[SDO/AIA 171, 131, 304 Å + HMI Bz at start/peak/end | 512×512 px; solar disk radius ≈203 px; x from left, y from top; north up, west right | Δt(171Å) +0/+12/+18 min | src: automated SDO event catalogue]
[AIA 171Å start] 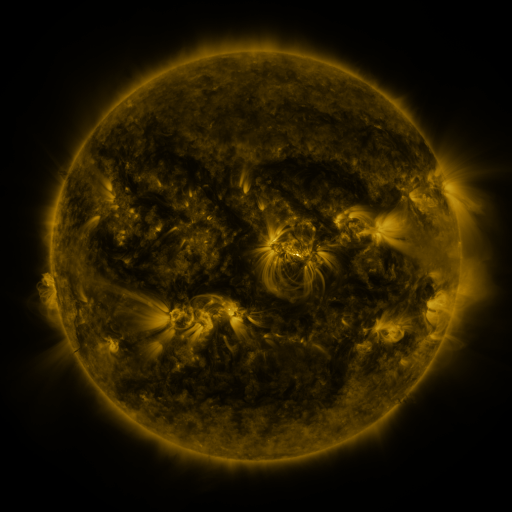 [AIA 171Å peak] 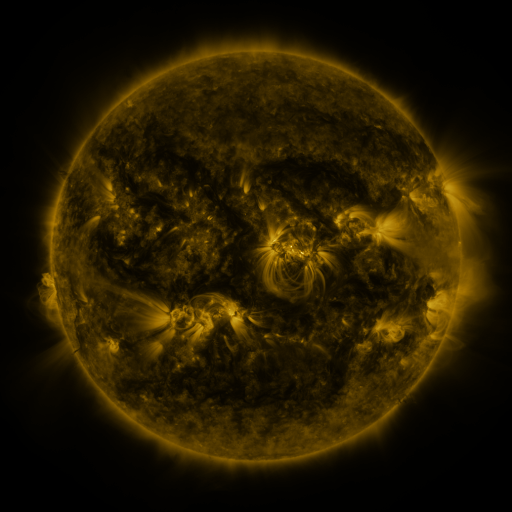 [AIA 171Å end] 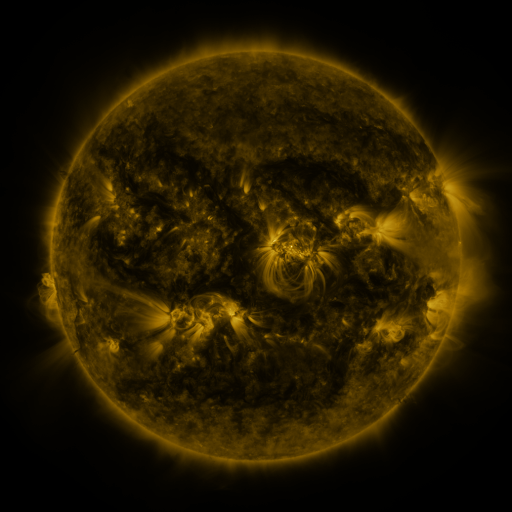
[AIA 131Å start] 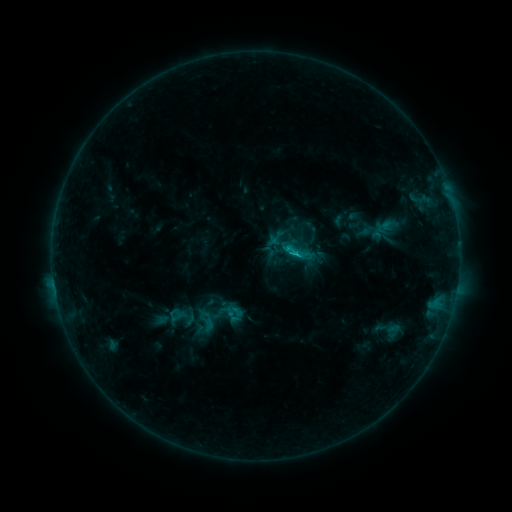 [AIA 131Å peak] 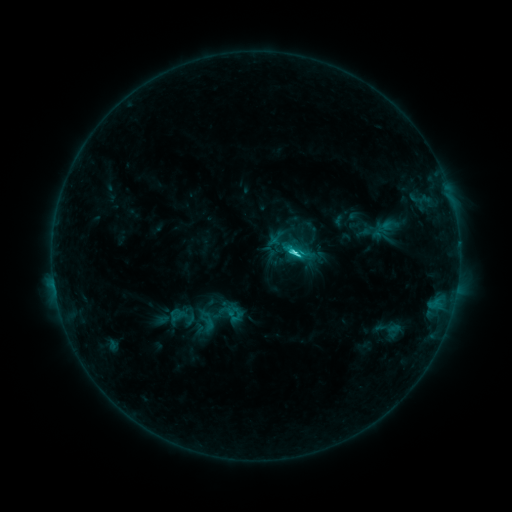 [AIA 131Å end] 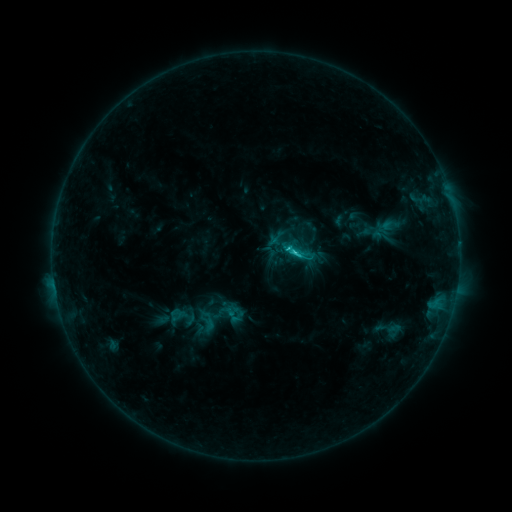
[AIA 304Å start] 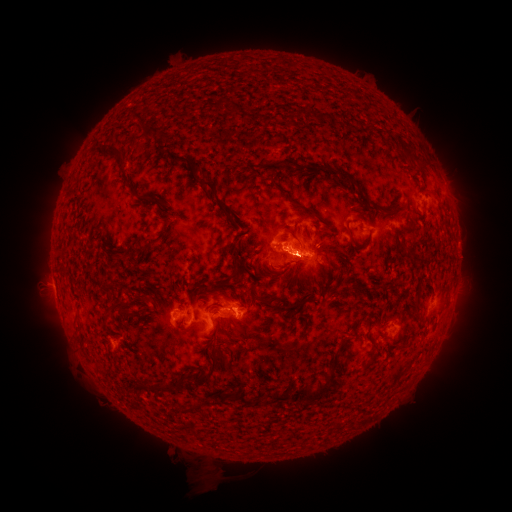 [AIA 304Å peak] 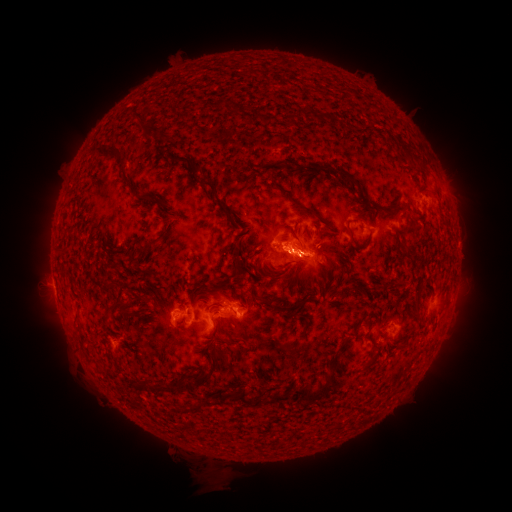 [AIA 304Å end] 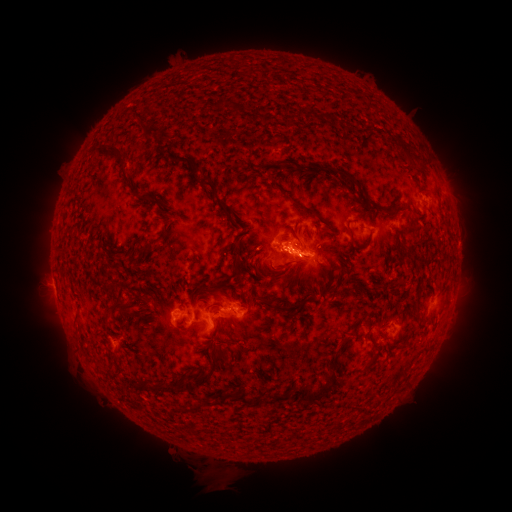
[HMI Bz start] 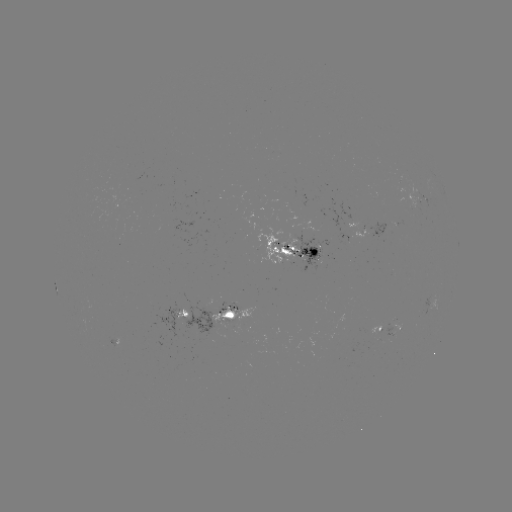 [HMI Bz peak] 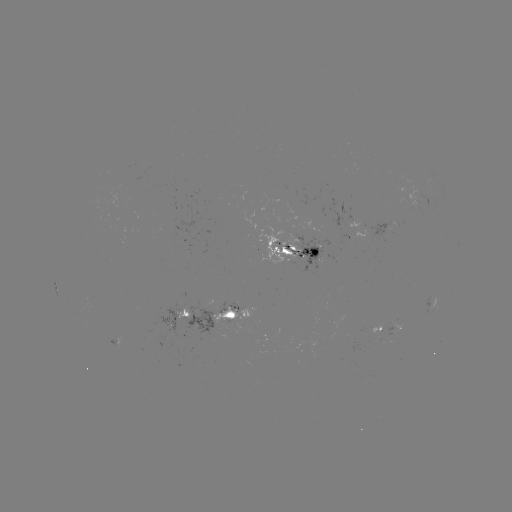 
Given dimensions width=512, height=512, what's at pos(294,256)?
C3.4 flare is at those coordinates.